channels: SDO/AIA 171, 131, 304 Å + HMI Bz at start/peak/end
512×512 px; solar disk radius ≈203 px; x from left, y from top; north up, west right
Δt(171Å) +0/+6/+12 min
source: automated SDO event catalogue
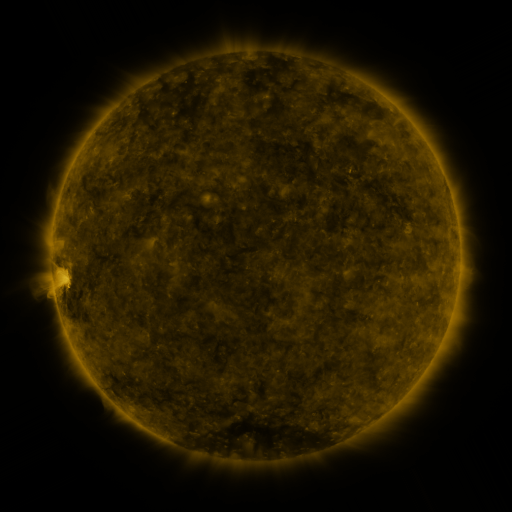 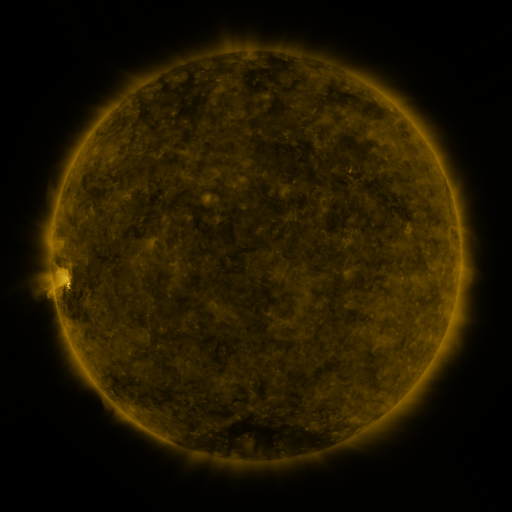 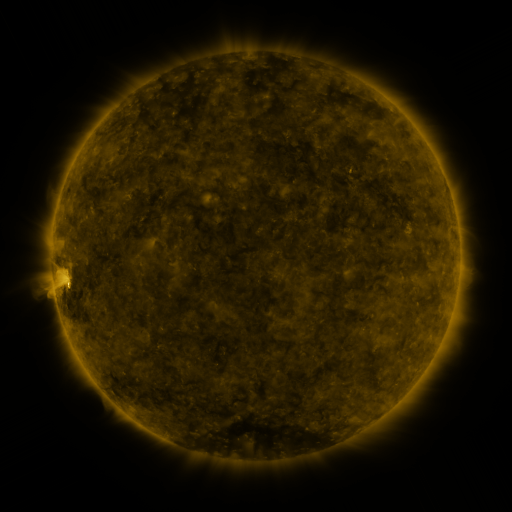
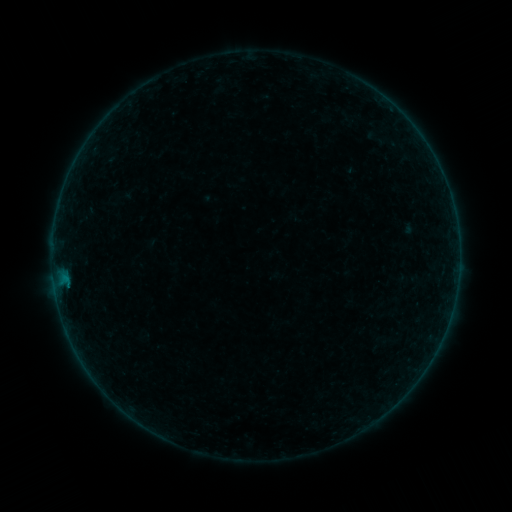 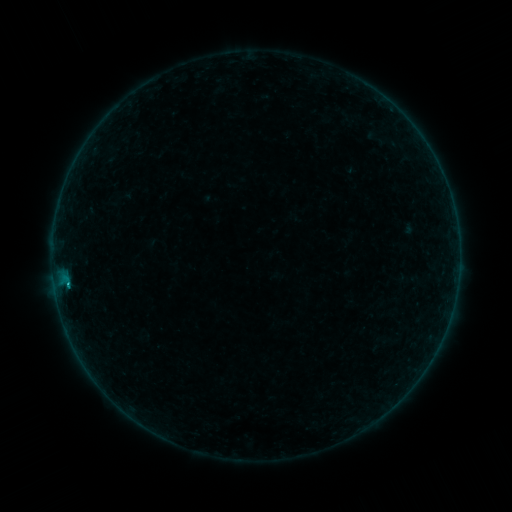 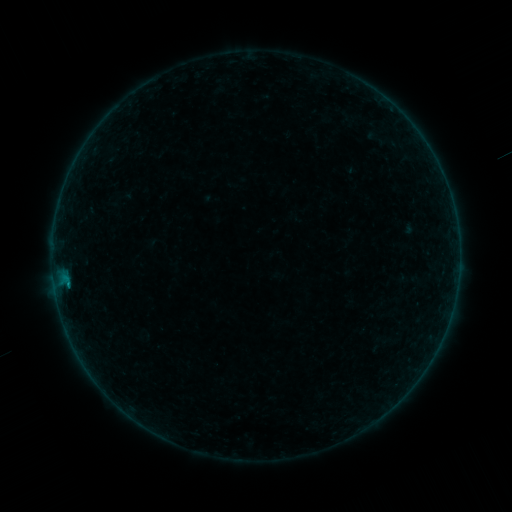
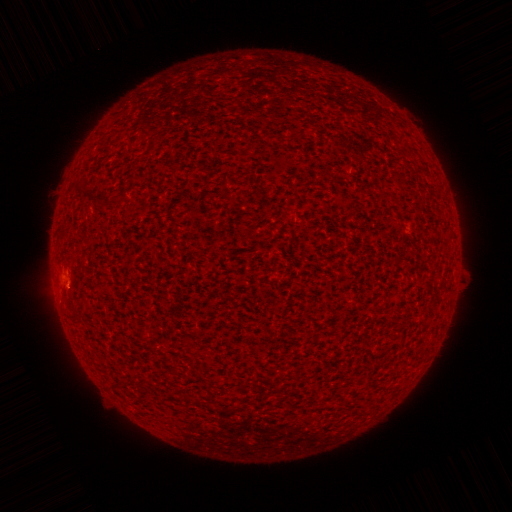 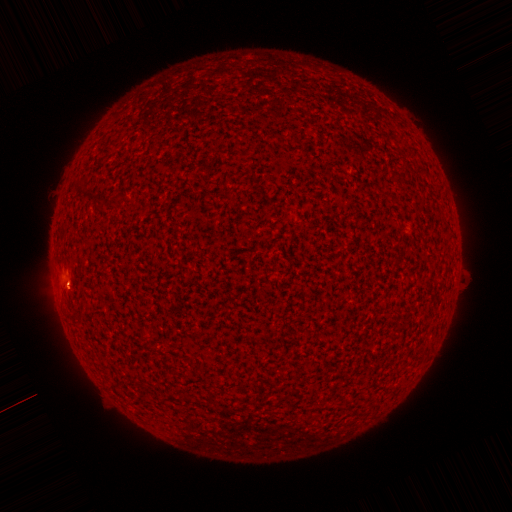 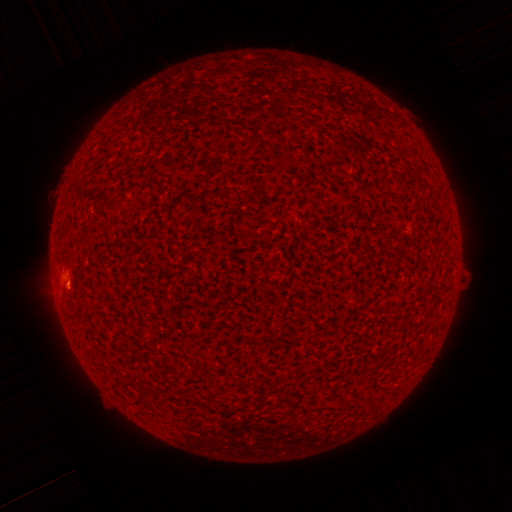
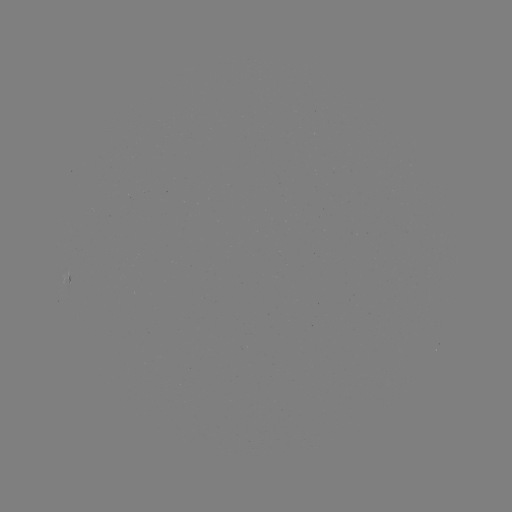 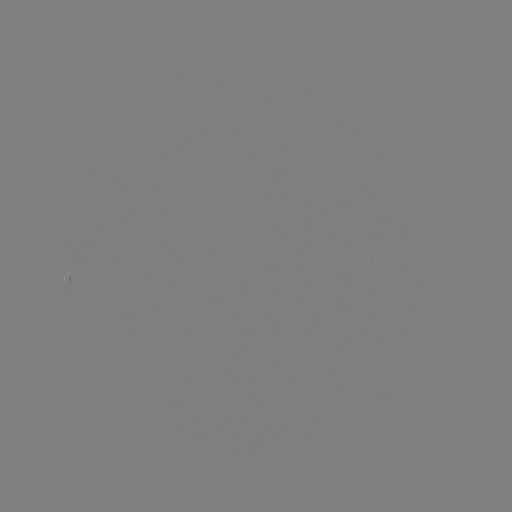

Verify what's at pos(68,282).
B2.1 flare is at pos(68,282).